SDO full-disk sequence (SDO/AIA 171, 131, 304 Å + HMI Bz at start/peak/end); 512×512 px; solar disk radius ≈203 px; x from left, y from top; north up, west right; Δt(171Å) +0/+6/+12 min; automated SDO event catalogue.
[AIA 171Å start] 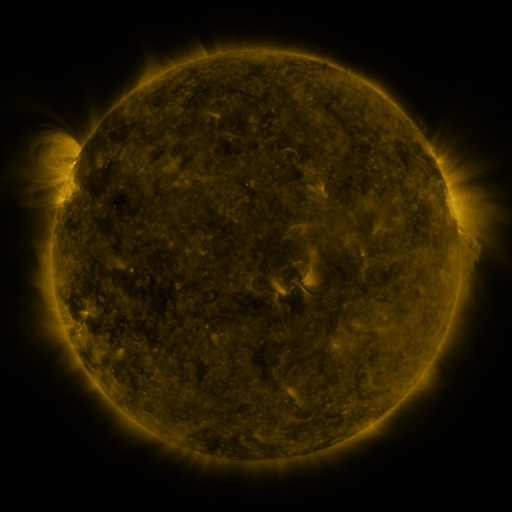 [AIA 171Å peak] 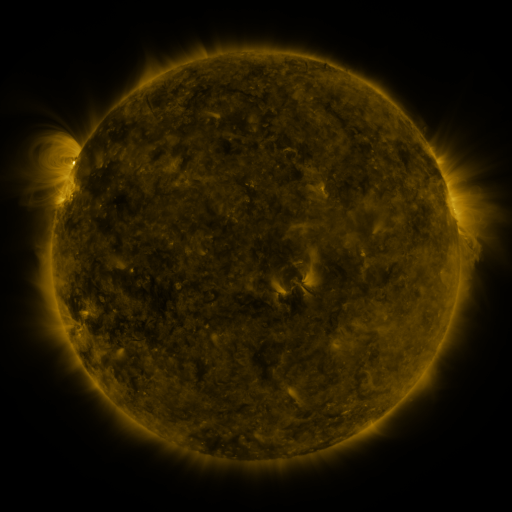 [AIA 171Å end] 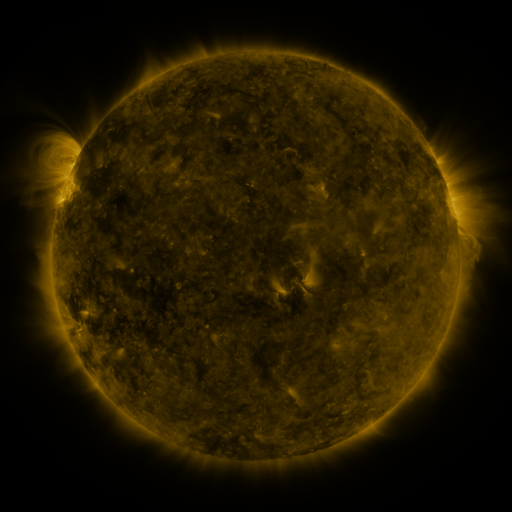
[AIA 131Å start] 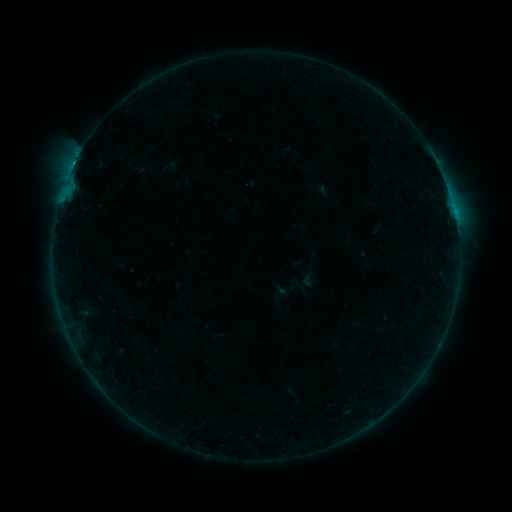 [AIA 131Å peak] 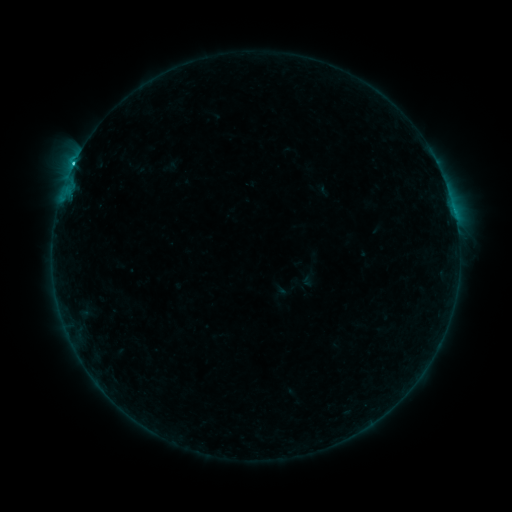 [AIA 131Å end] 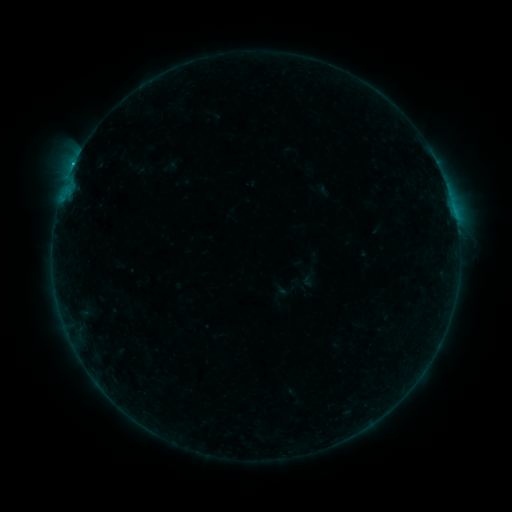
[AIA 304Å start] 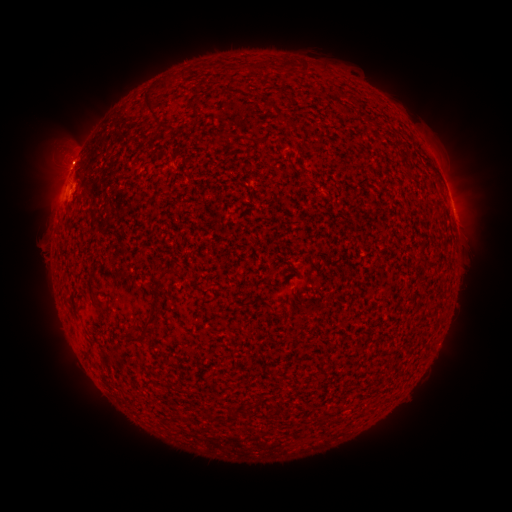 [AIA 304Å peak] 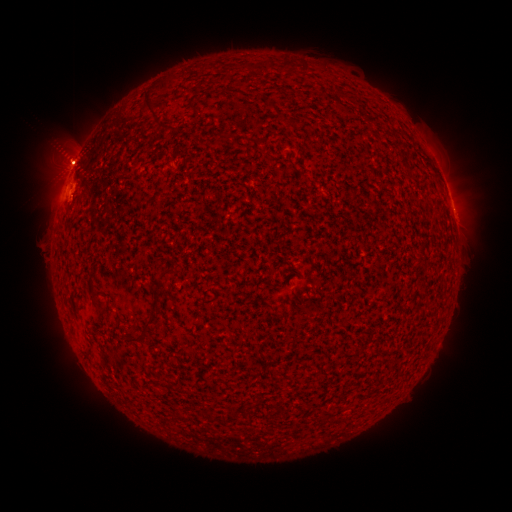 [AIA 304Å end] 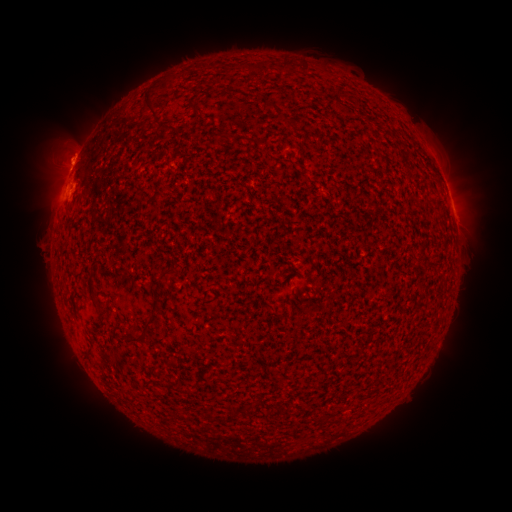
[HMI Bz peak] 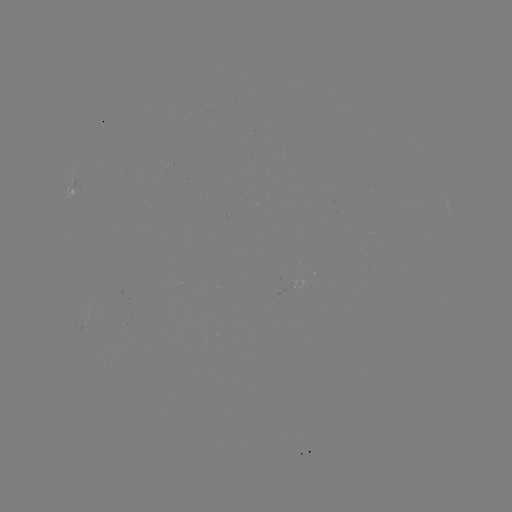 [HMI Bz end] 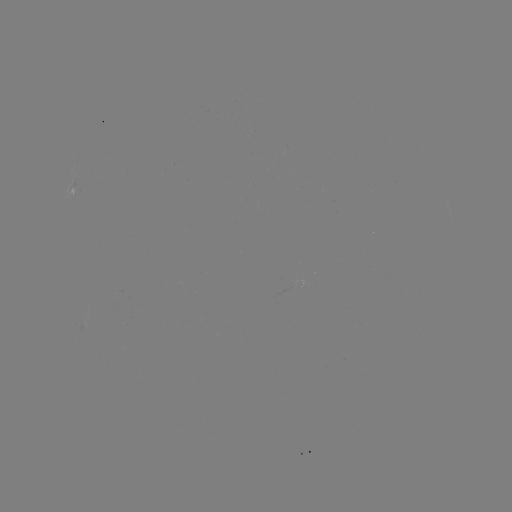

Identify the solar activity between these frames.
eruption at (66, 163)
